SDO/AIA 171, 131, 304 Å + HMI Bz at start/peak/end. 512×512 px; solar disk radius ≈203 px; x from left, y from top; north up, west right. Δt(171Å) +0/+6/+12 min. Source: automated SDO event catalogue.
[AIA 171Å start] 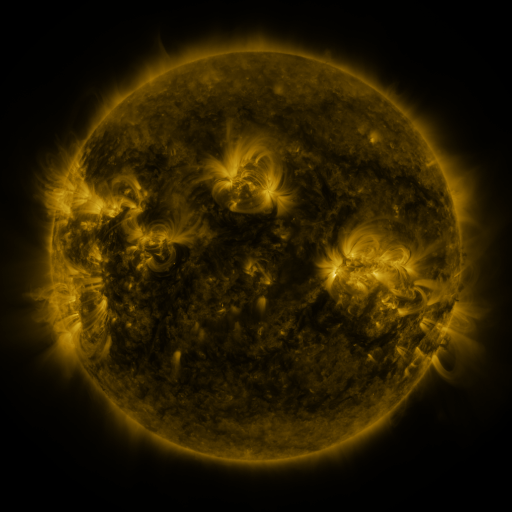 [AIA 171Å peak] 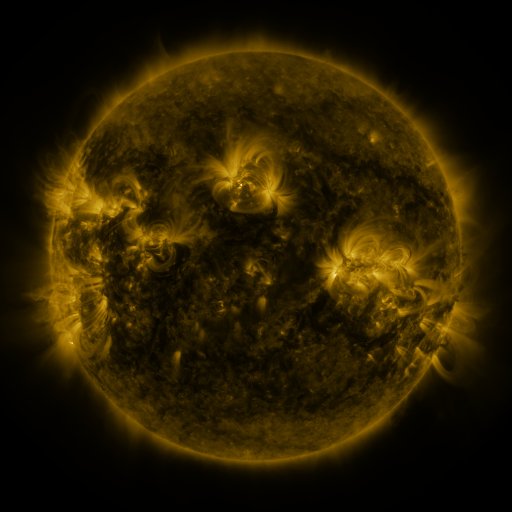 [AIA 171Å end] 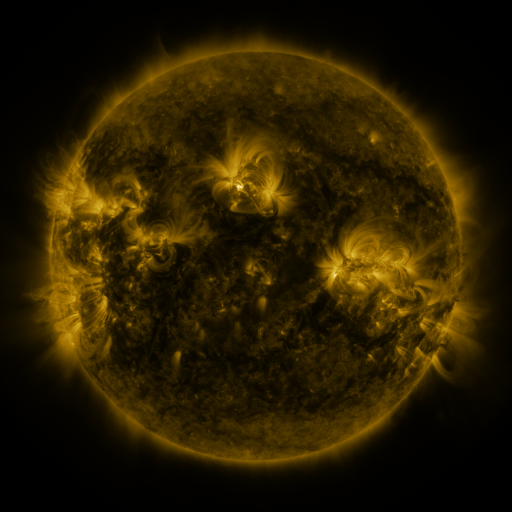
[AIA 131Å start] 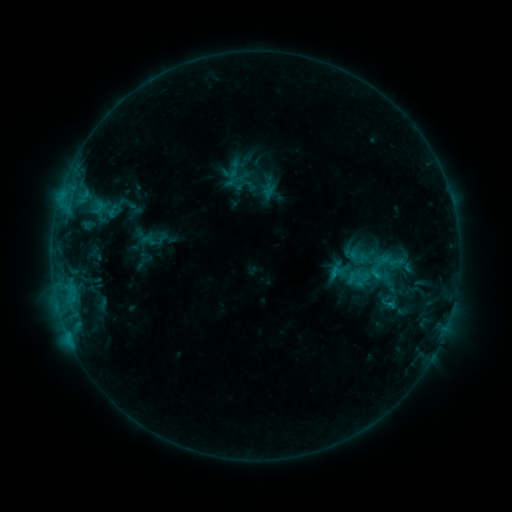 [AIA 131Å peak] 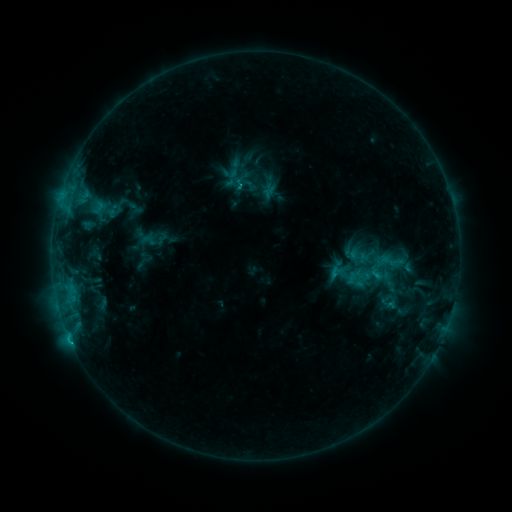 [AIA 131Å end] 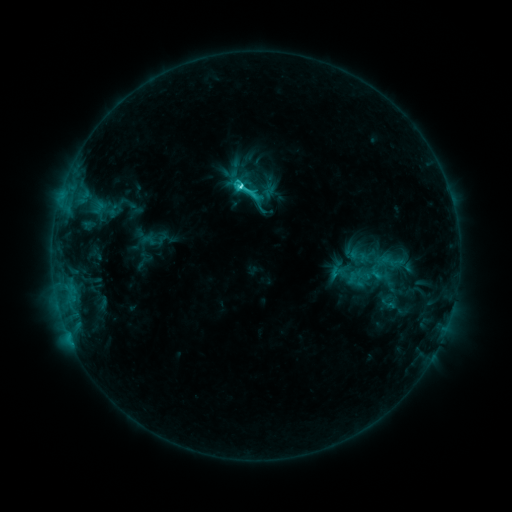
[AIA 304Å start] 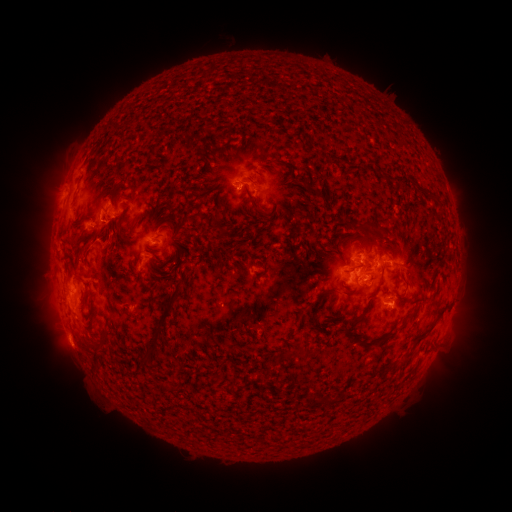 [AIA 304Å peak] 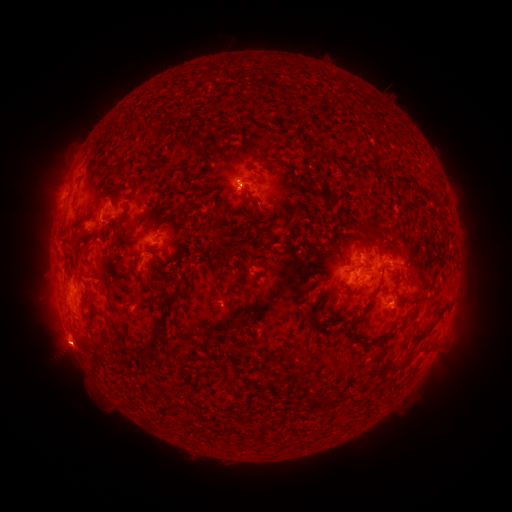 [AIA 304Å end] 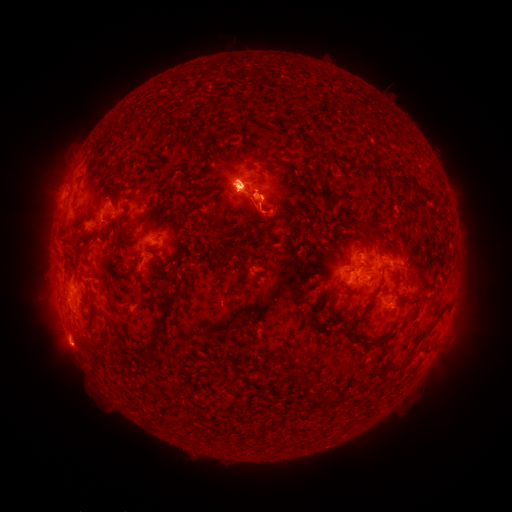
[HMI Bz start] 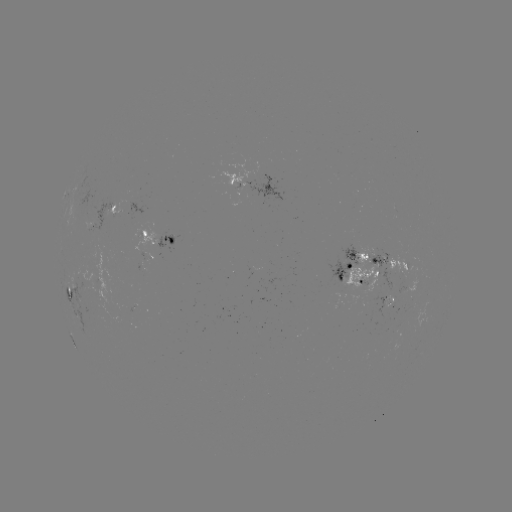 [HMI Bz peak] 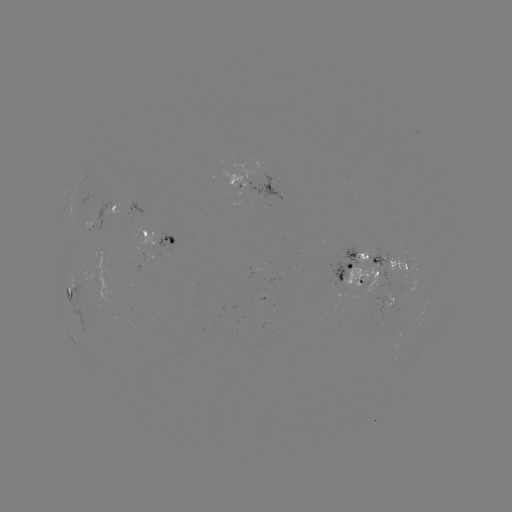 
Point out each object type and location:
eruption: (65, 347)
